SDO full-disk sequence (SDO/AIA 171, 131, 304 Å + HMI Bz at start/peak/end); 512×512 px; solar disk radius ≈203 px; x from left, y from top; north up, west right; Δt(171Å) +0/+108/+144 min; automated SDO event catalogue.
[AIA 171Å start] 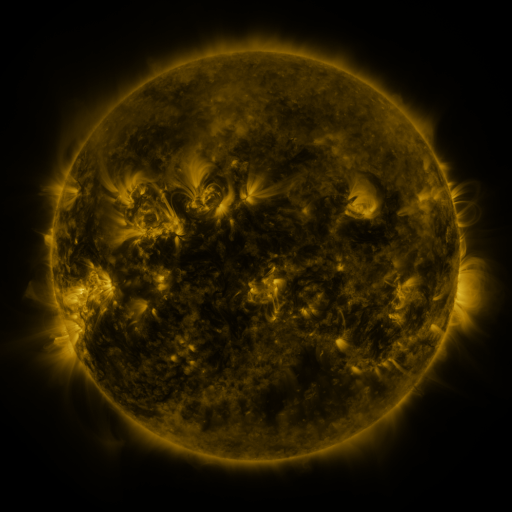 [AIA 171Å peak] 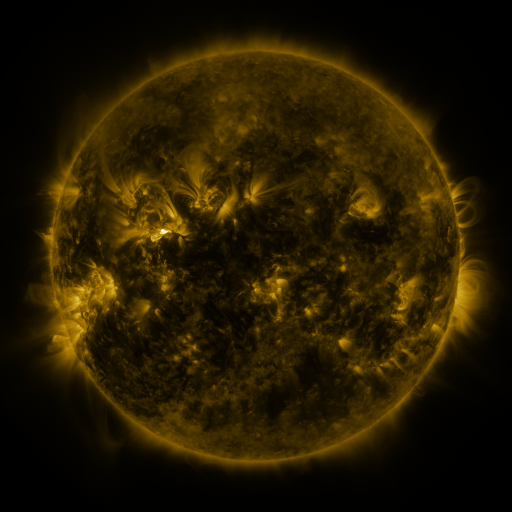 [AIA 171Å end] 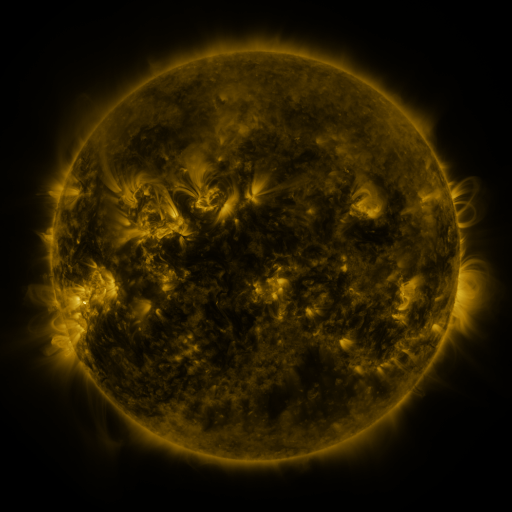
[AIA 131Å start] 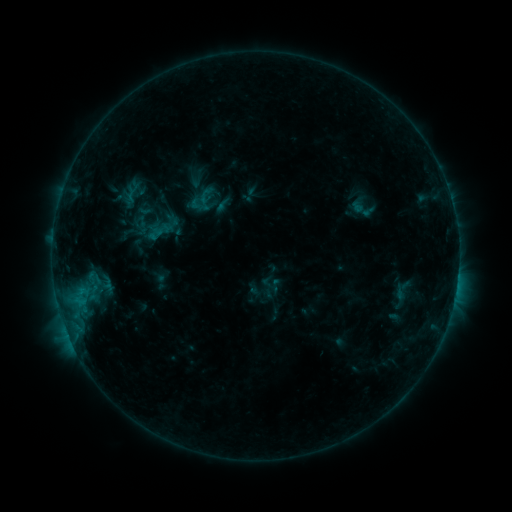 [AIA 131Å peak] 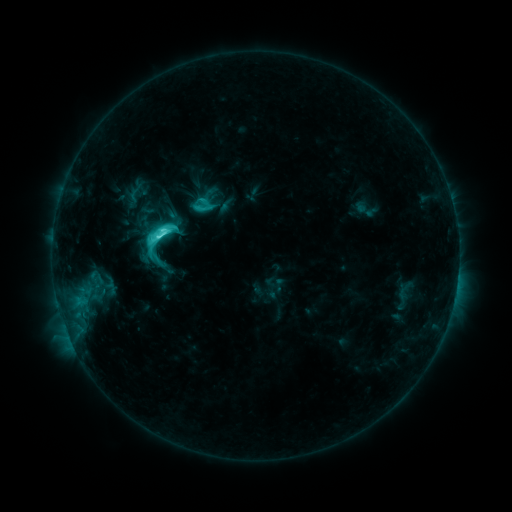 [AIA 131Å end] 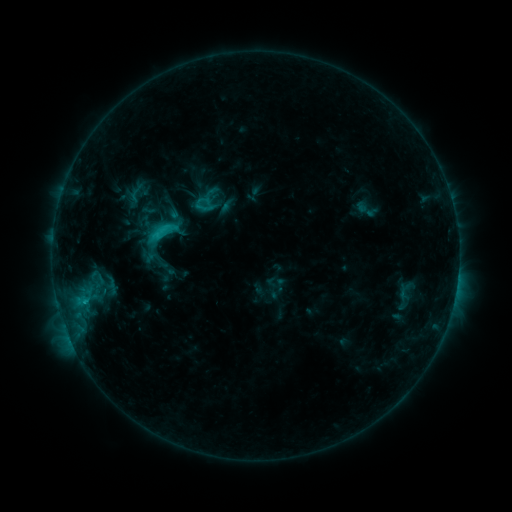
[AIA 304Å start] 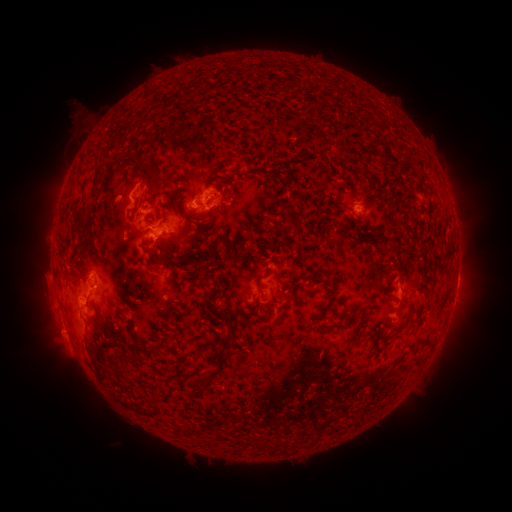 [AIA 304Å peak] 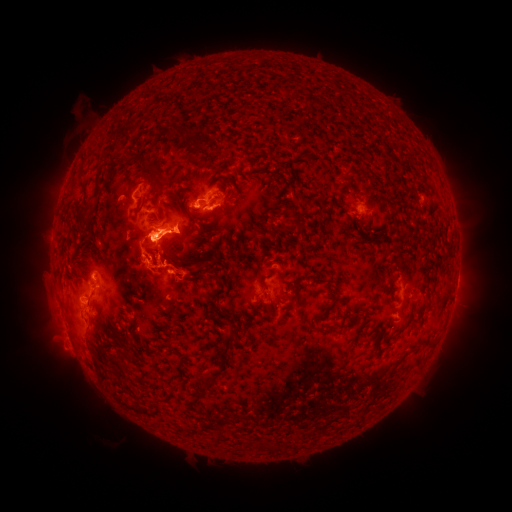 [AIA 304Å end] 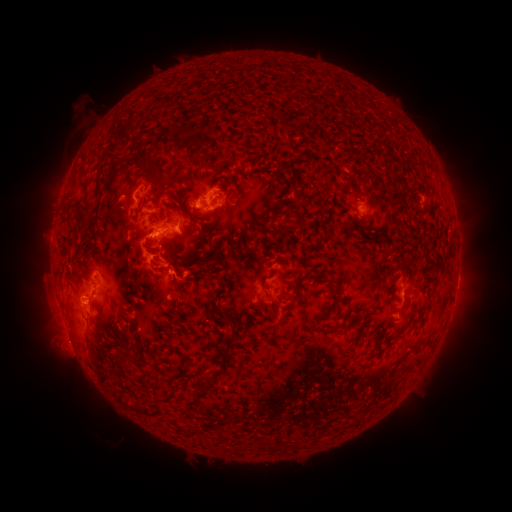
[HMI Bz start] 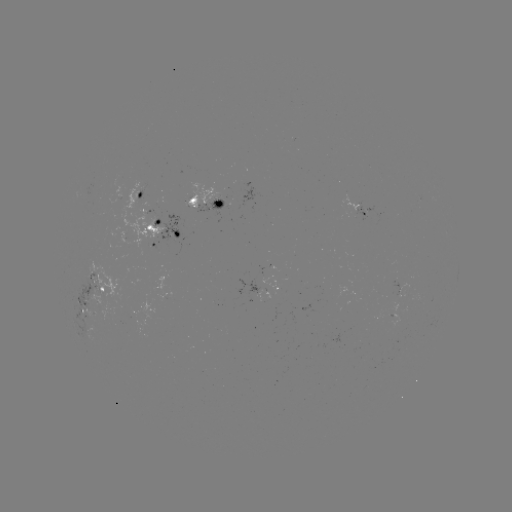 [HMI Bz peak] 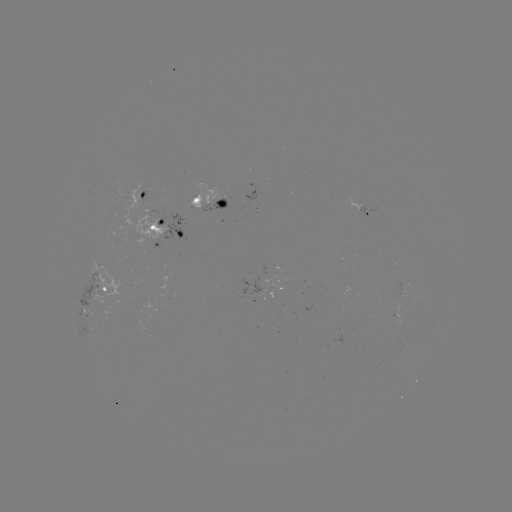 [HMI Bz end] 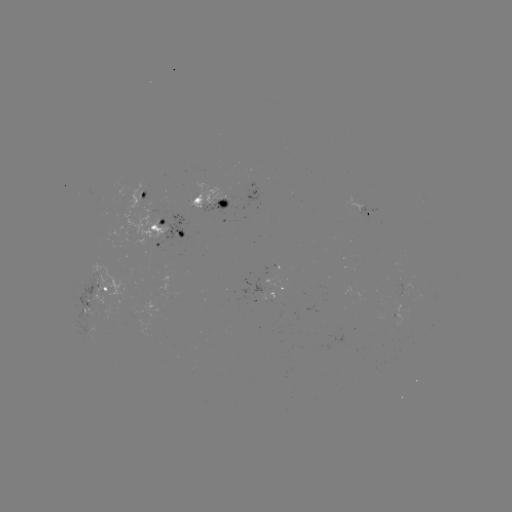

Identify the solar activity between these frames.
emerging-flux region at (356, 203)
